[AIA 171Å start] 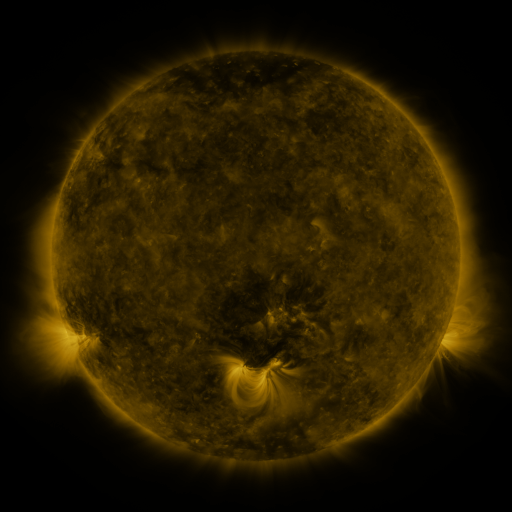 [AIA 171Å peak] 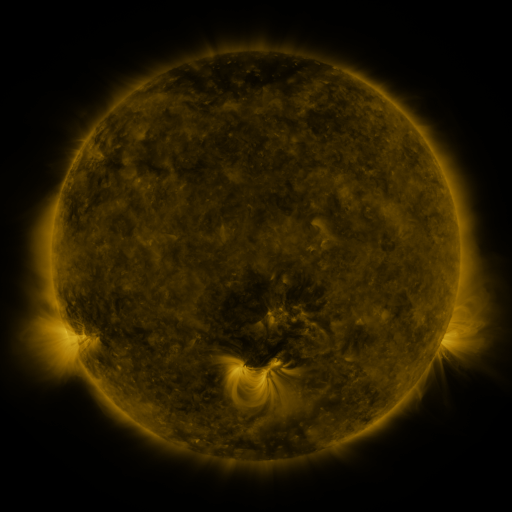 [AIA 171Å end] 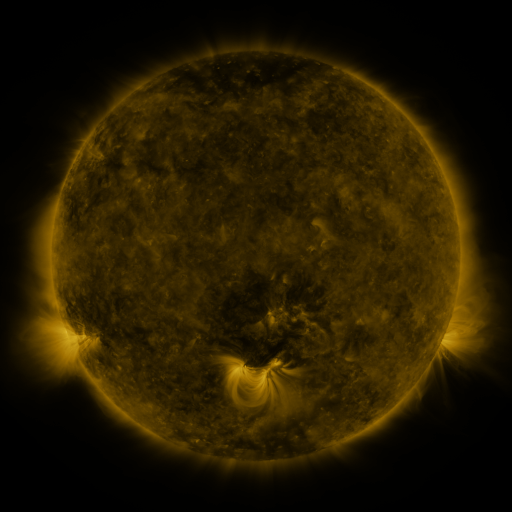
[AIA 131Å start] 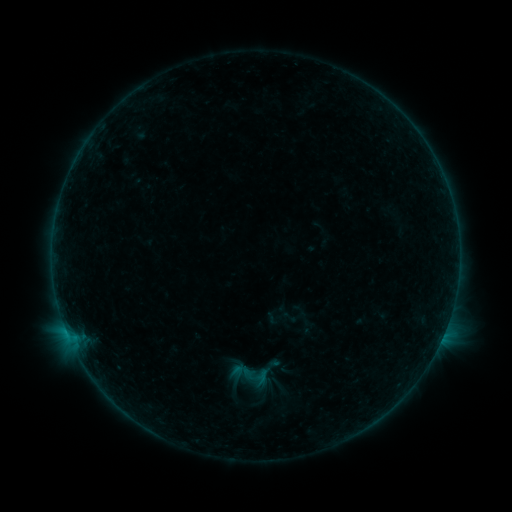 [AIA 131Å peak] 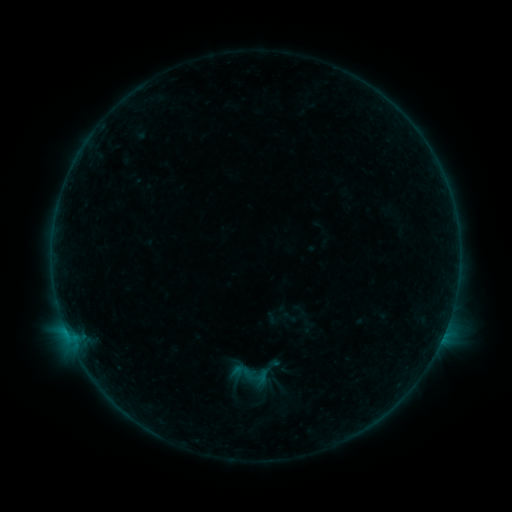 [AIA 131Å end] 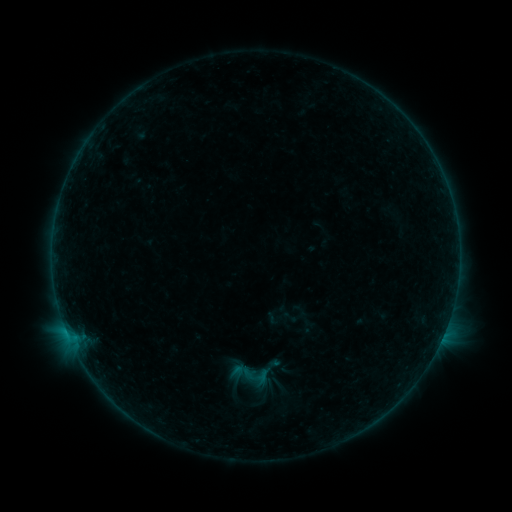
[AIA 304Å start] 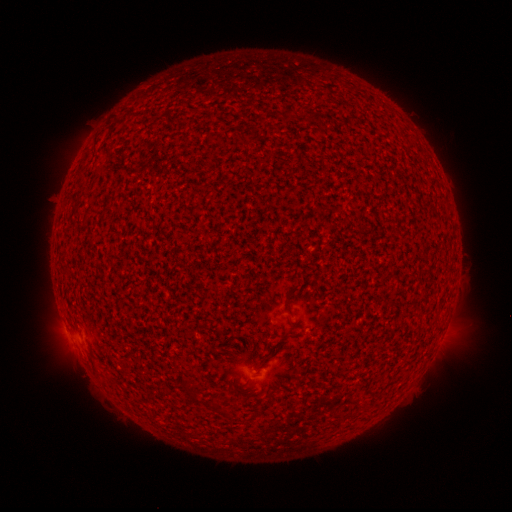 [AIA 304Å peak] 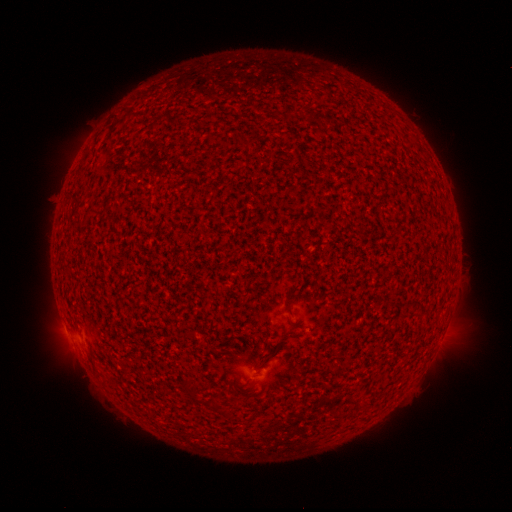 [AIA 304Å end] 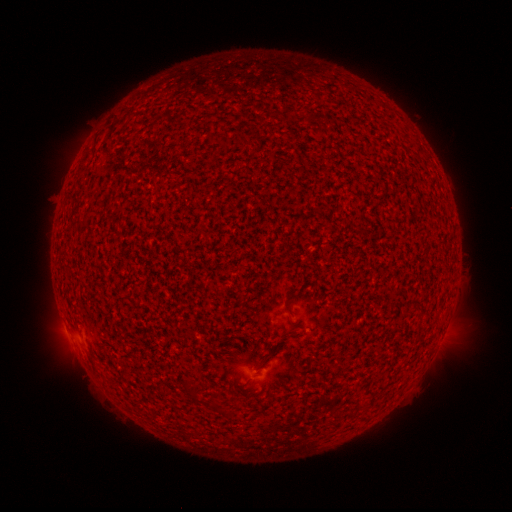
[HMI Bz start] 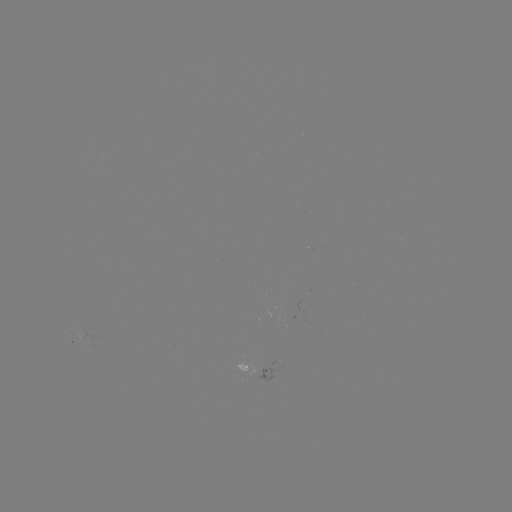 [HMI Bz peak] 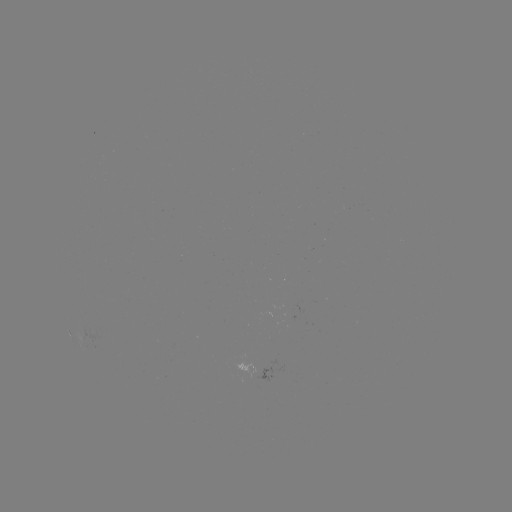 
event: flare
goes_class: B1.0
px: (446, 325)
